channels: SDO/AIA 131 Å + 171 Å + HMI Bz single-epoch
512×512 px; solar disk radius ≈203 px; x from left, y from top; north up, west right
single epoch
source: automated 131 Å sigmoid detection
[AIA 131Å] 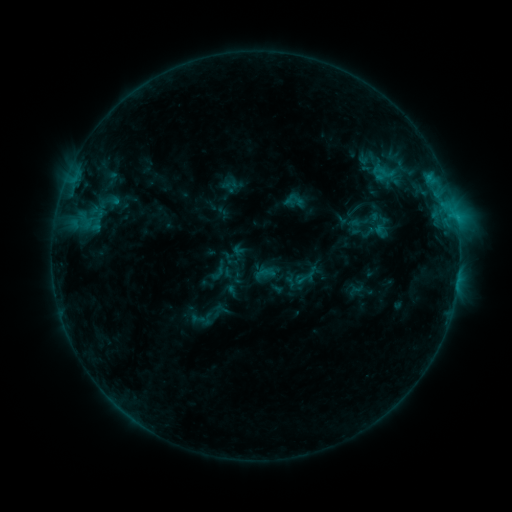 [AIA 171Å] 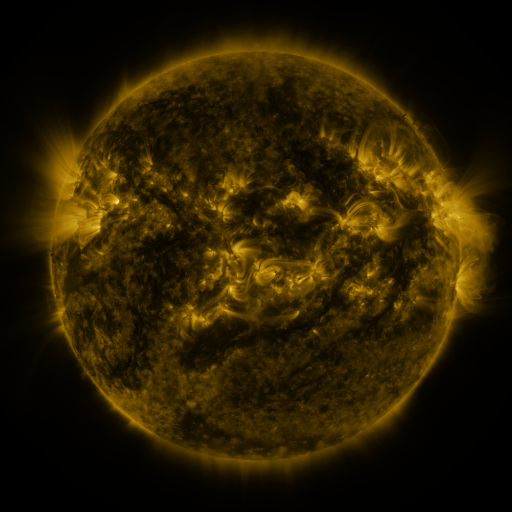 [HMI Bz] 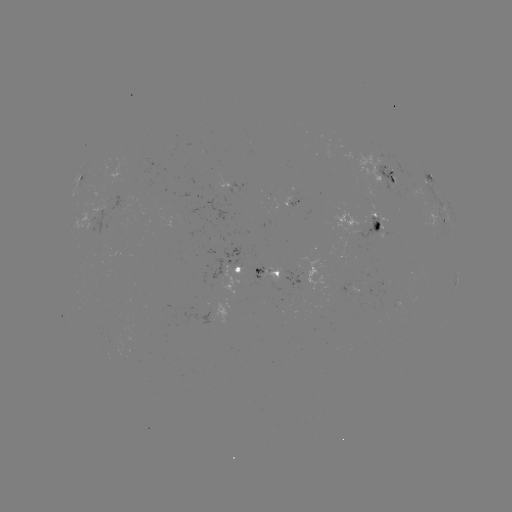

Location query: sigmoid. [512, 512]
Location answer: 305,278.